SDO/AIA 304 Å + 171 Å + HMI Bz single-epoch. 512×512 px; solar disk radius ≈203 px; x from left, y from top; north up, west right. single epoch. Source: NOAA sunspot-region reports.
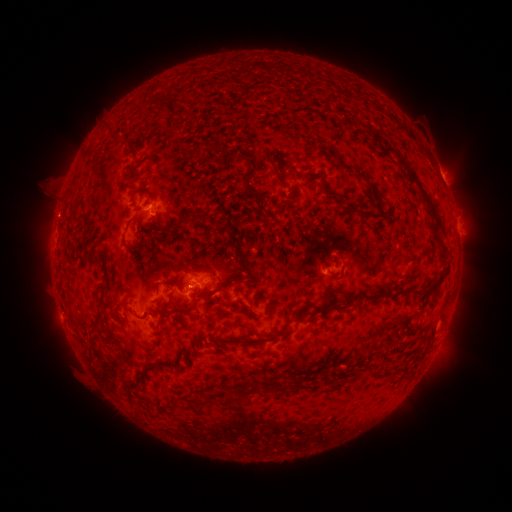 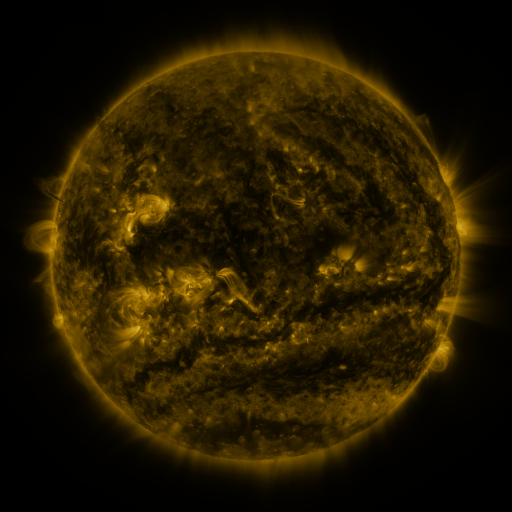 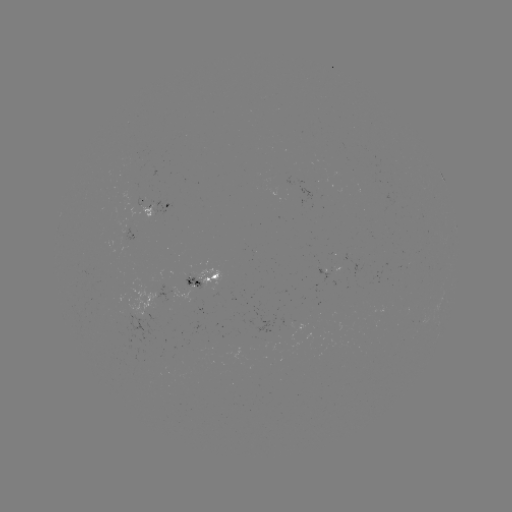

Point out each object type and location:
spotted active region: (161, 205)
spotted active region: (456, 224)
spotted active region: (331, 271)
spotted active region: (200, 277)
